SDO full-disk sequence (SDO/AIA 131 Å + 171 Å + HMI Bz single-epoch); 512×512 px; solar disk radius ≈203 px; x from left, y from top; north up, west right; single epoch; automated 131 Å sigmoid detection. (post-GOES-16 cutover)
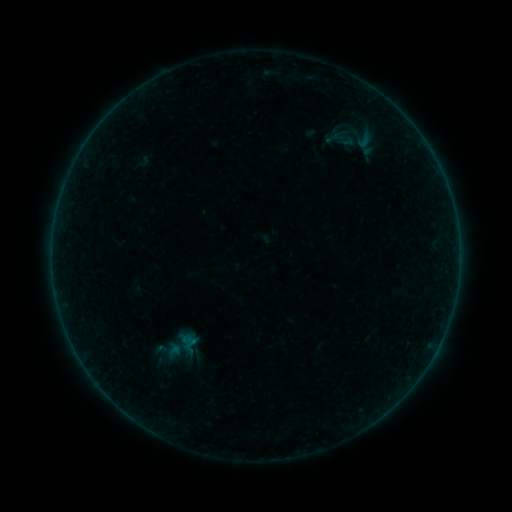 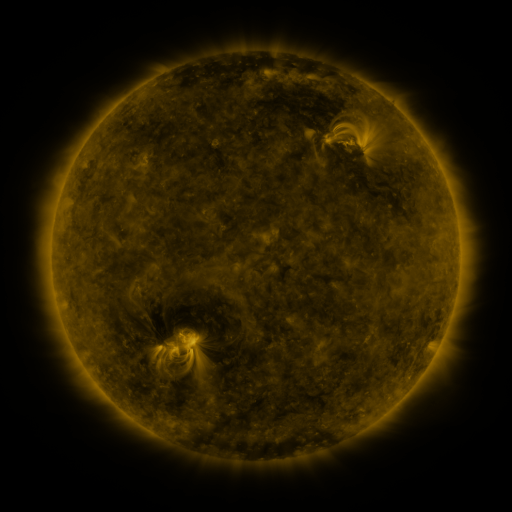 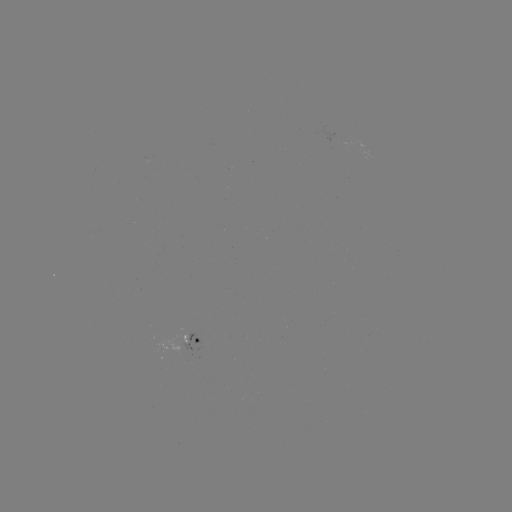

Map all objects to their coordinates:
sigmoid: (180, 345)
